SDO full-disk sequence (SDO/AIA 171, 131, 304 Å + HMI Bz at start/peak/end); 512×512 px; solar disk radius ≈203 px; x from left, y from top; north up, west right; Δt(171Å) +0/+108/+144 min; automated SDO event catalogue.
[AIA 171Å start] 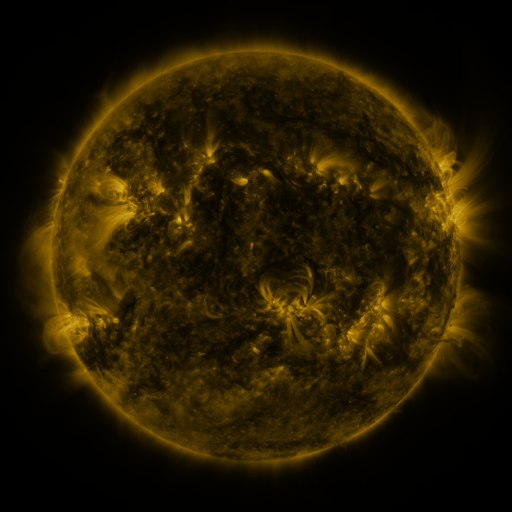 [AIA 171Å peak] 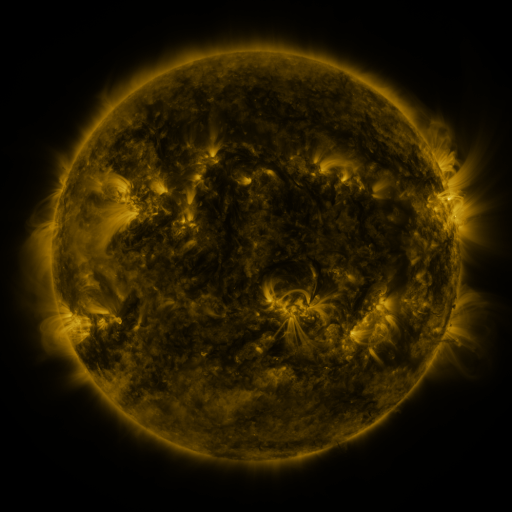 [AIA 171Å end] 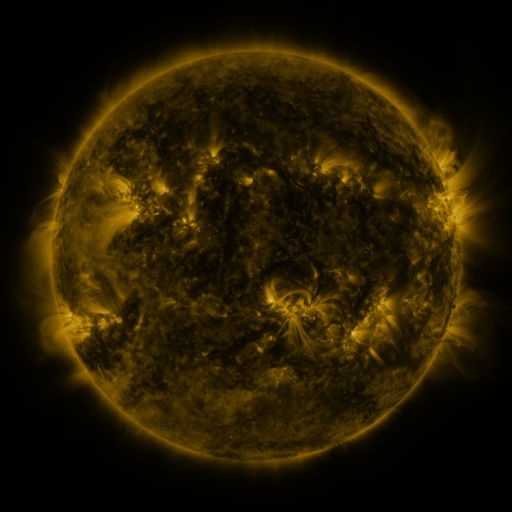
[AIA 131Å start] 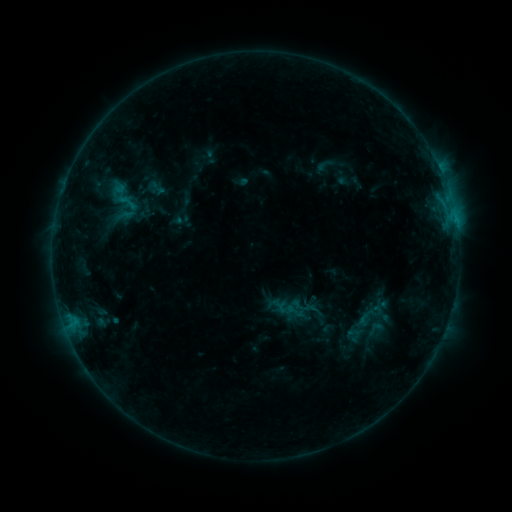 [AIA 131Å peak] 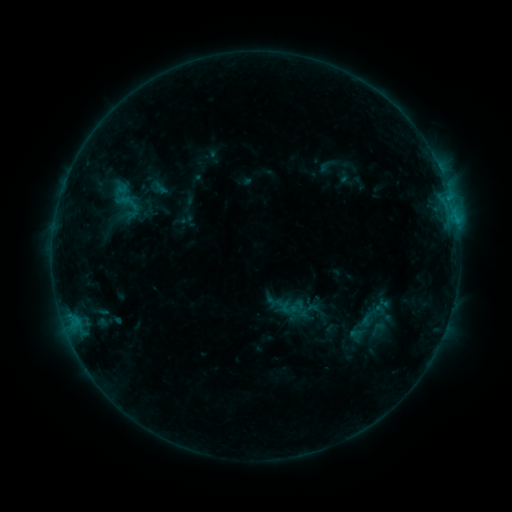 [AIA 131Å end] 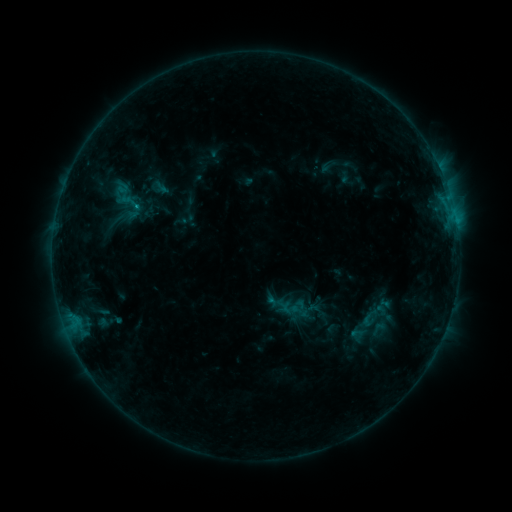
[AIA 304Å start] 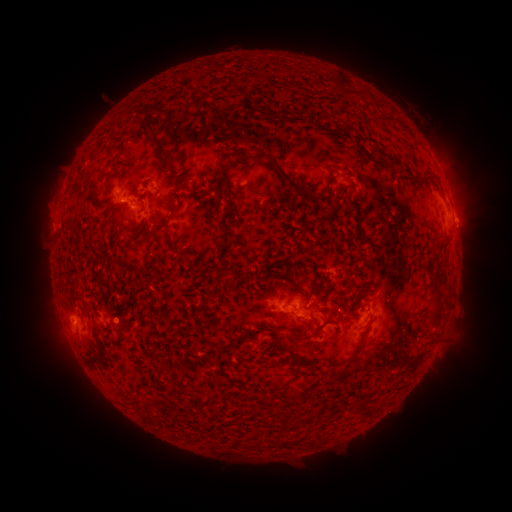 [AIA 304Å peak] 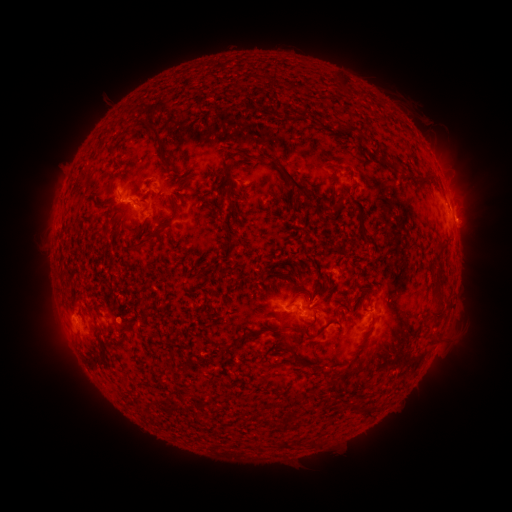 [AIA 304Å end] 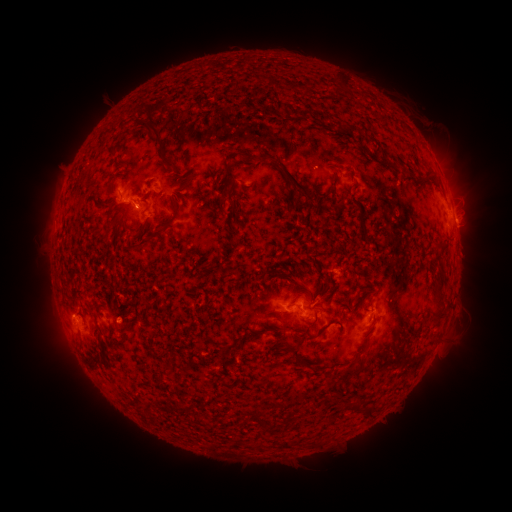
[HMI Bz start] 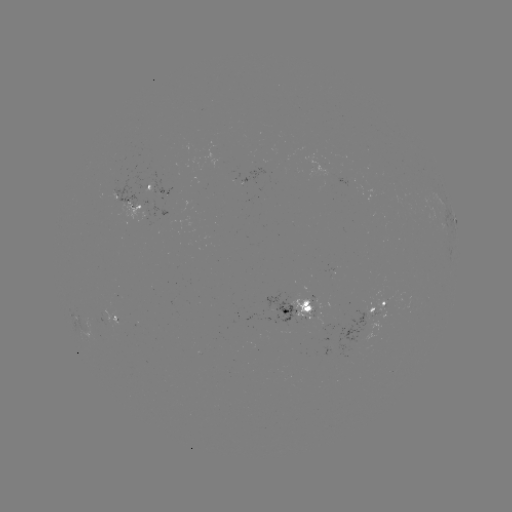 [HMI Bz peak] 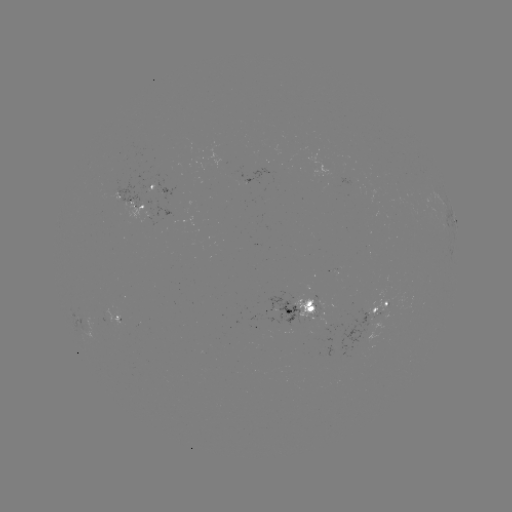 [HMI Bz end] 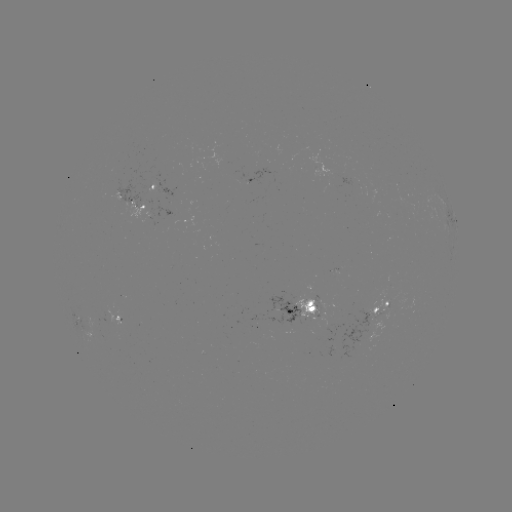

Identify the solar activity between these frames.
emerging-flux region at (311, 307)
